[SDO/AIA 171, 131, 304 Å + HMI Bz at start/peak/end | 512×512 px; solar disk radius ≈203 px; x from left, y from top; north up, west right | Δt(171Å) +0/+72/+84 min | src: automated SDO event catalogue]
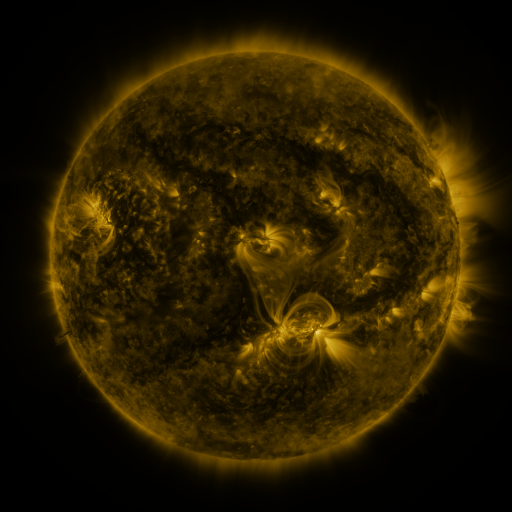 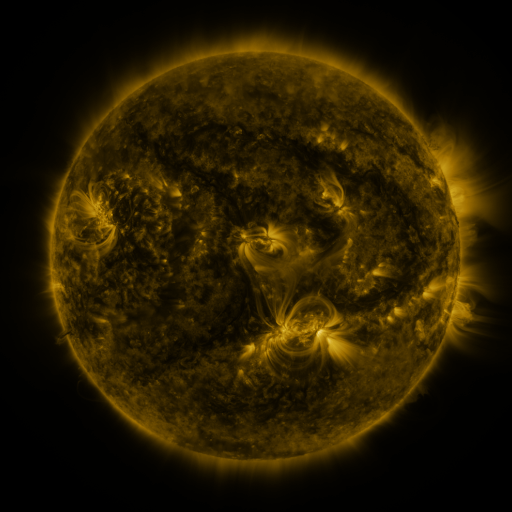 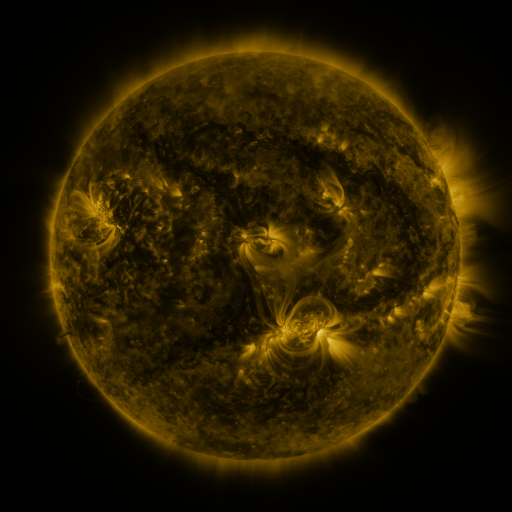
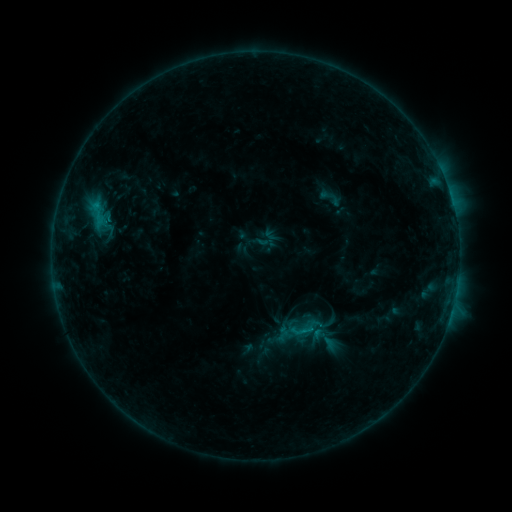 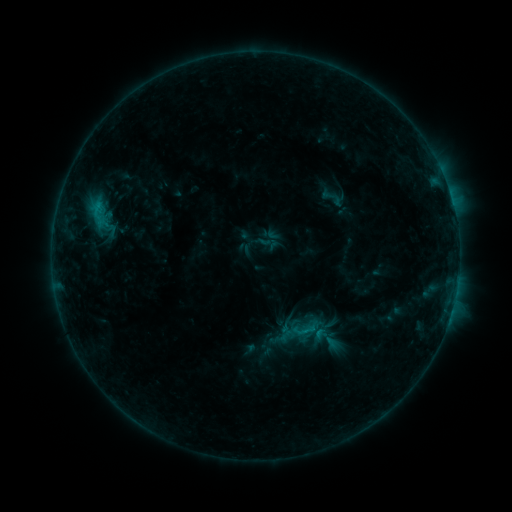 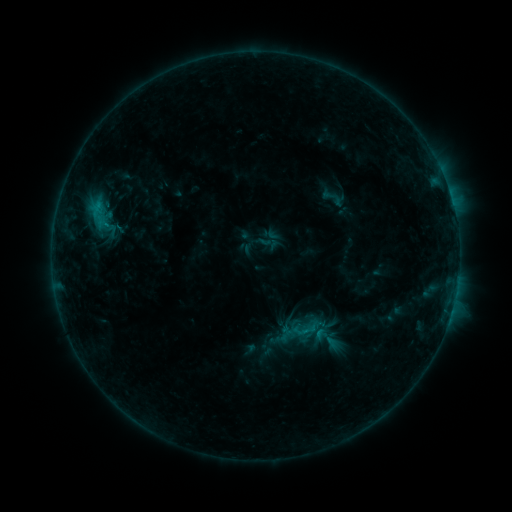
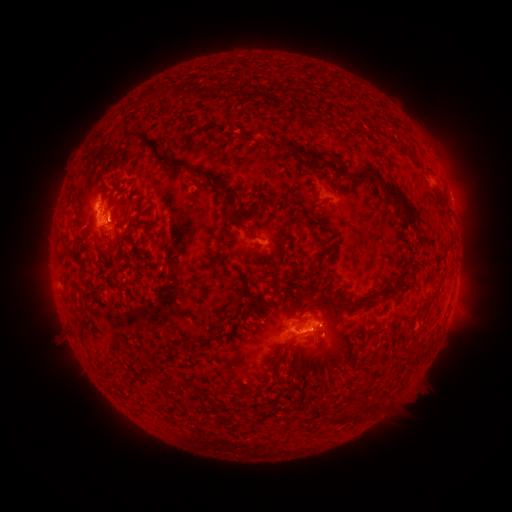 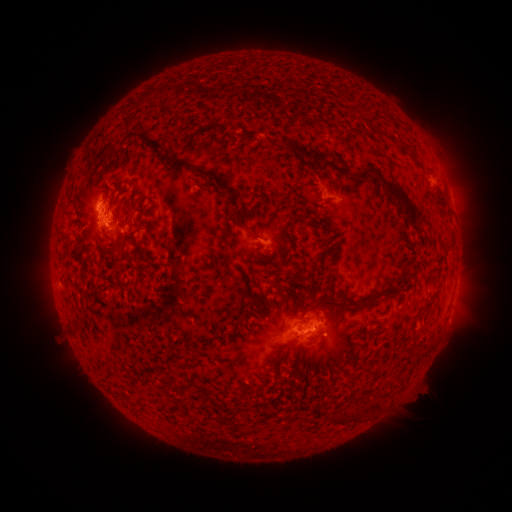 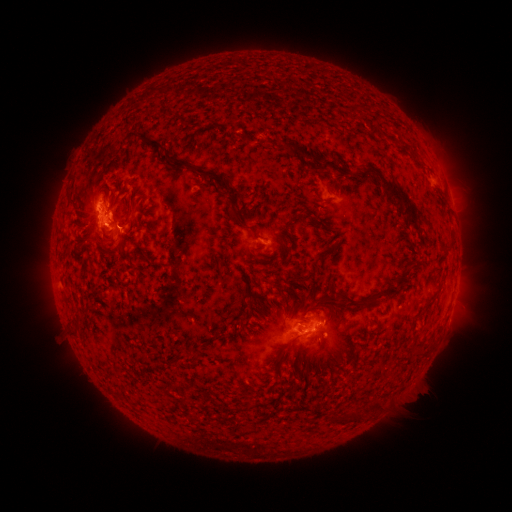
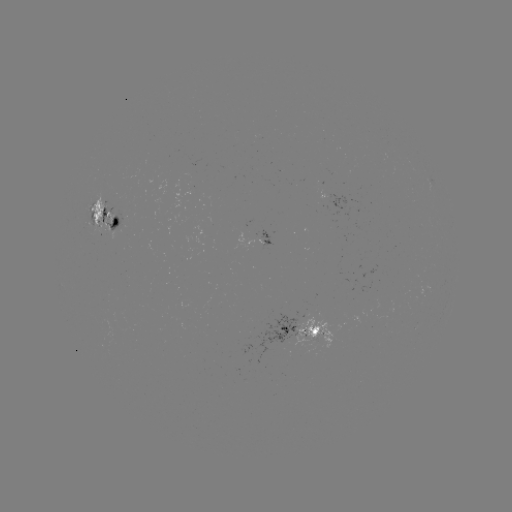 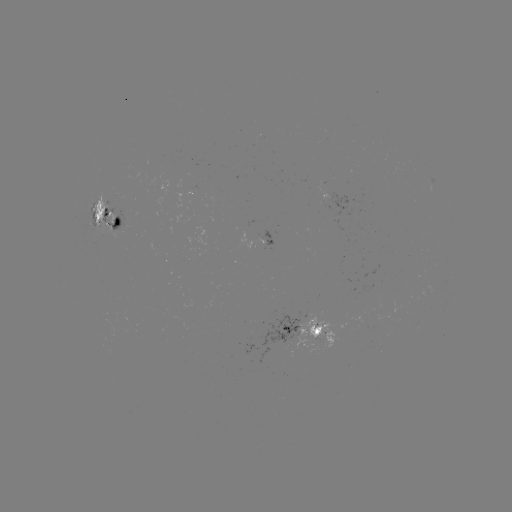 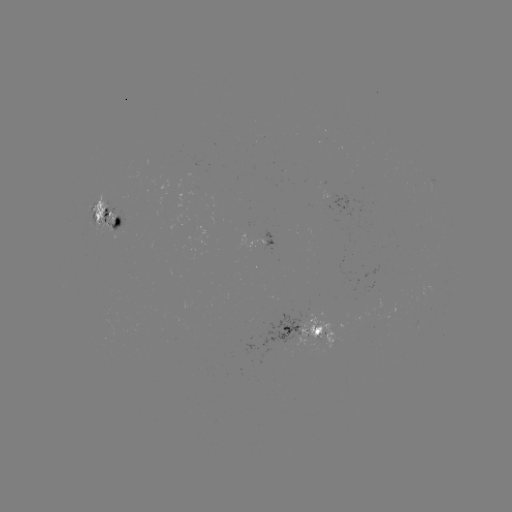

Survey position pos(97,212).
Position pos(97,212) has emerging-flux region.